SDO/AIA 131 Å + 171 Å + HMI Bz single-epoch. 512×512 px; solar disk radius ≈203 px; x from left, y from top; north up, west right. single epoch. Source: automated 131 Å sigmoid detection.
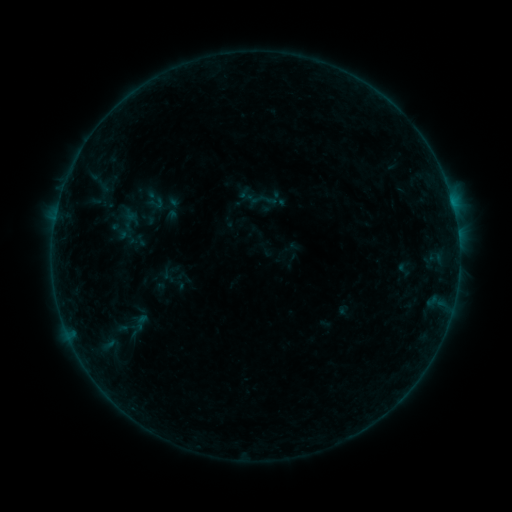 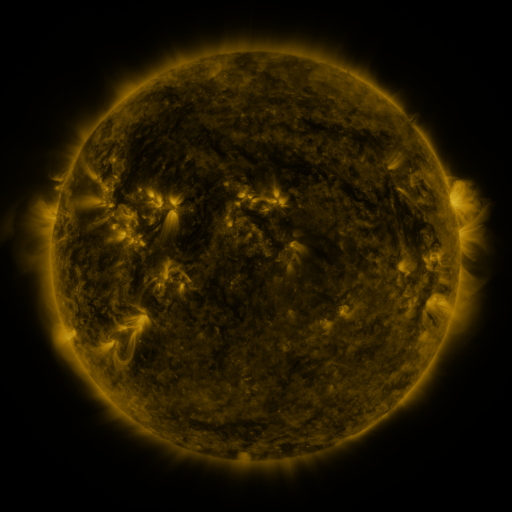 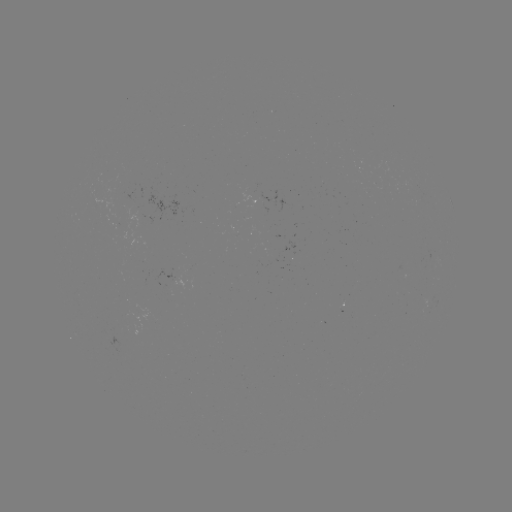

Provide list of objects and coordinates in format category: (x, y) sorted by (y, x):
sigmoid: (157, 203)
